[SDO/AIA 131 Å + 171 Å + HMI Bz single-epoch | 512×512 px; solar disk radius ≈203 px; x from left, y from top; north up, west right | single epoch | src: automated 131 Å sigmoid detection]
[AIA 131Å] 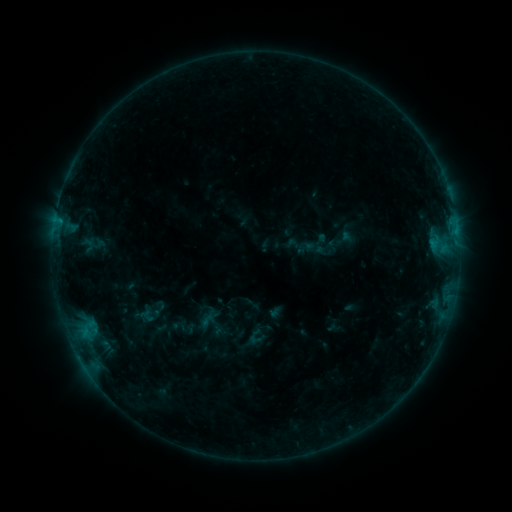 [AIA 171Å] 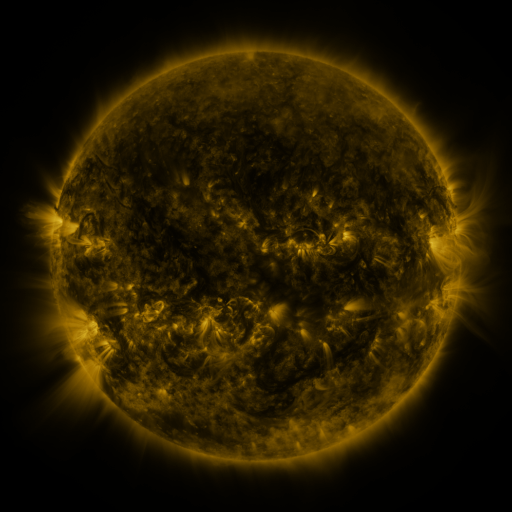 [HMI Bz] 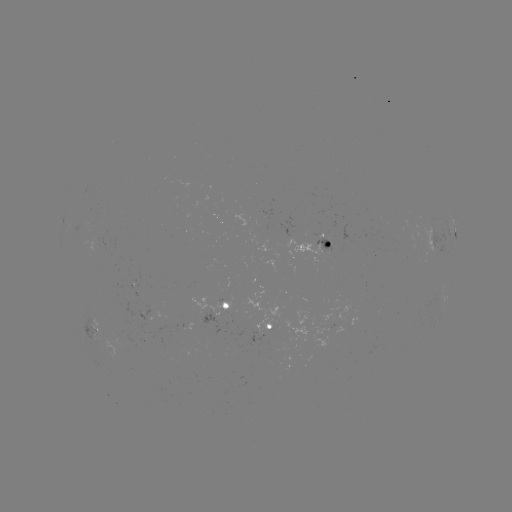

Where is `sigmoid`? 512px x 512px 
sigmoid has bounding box [196, 310, 218, 331].